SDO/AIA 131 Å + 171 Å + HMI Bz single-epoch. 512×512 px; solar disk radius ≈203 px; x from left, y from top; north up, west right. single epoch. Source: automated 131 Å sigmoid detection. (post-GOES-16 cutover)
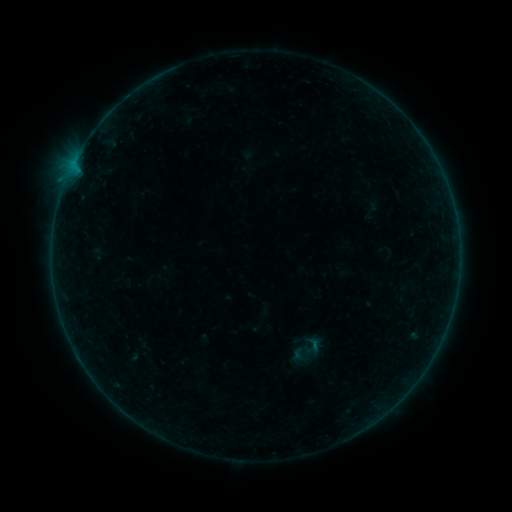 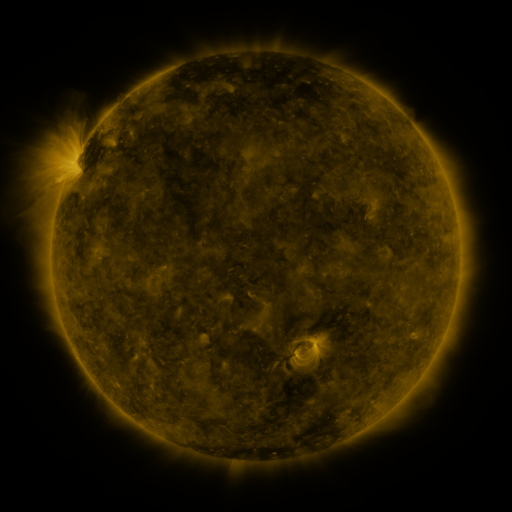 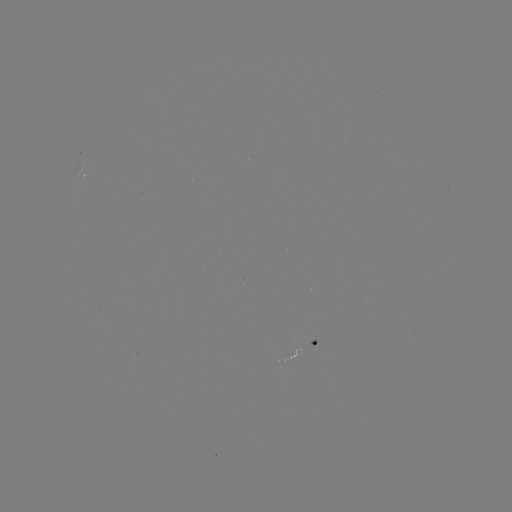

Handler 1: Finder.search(sigmoid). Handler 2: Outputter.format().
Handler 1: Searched sigmoid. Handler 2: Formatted [314, 344].